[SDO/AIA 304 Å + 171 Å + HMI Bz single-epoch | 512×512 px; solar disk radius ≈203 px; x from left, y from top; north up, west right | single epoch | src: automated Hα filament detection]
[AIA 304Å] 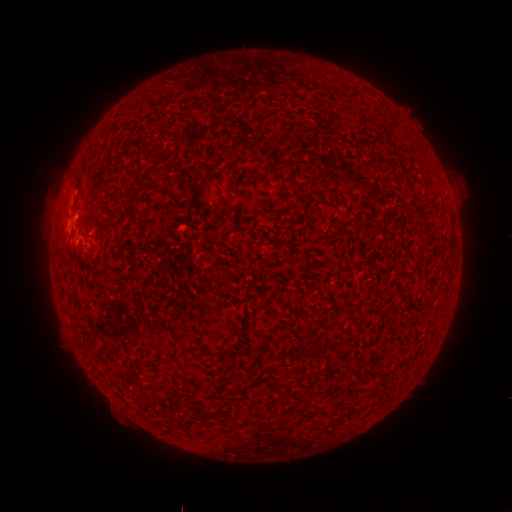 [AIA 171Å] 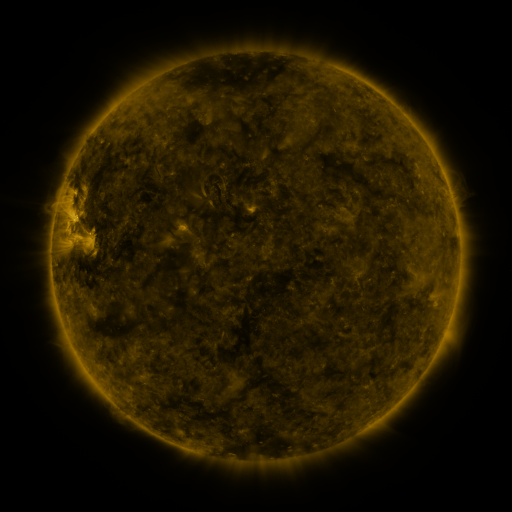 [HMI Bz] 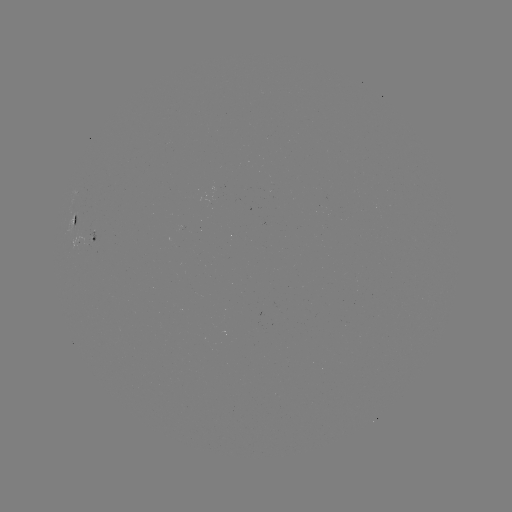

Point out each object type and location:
filament: (159, 170)
filament: (227, 205)
filament: (134, 217)
filament: (75, 218)
filament: (197, 410)
